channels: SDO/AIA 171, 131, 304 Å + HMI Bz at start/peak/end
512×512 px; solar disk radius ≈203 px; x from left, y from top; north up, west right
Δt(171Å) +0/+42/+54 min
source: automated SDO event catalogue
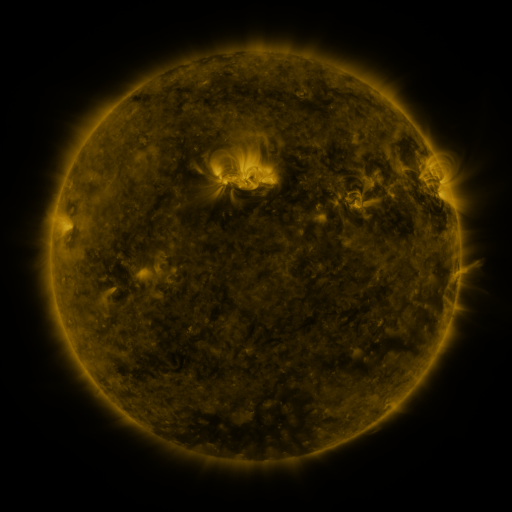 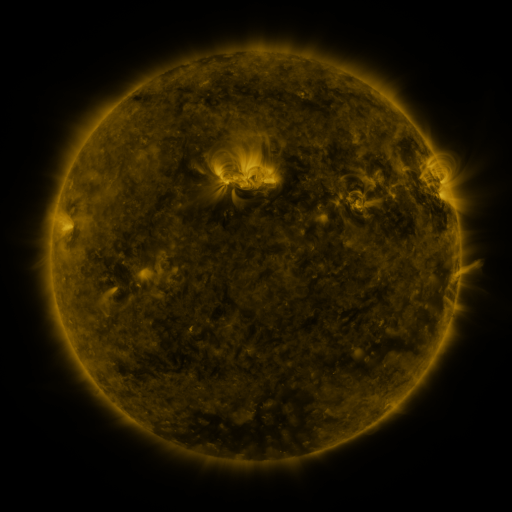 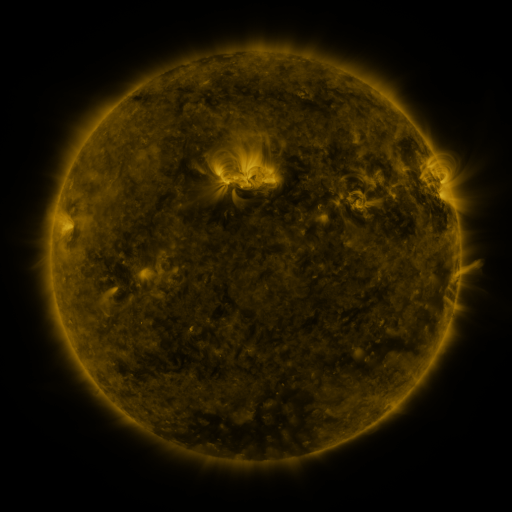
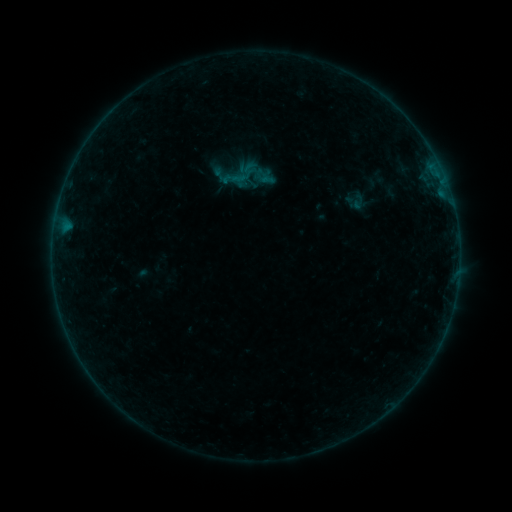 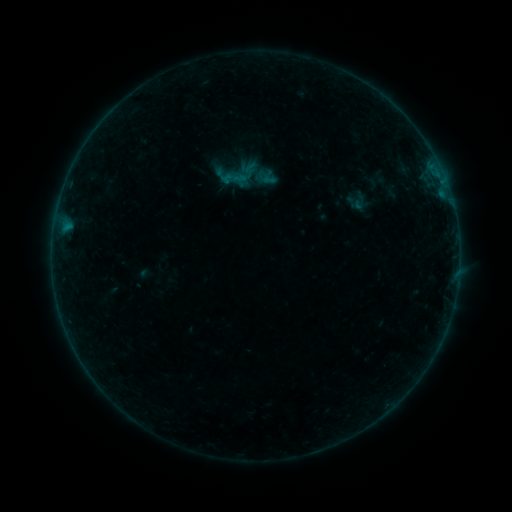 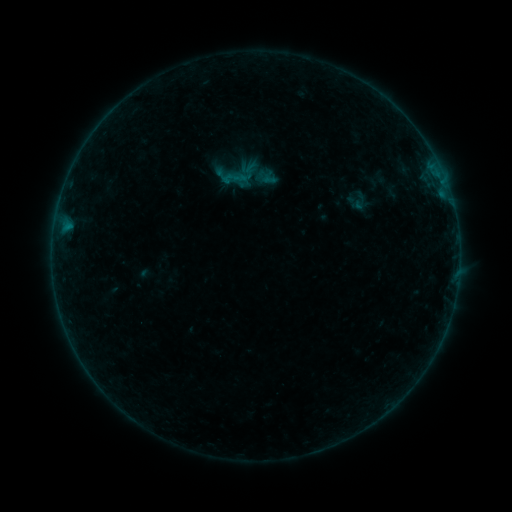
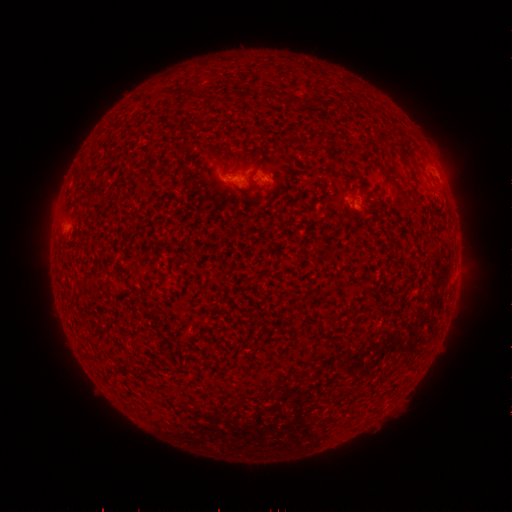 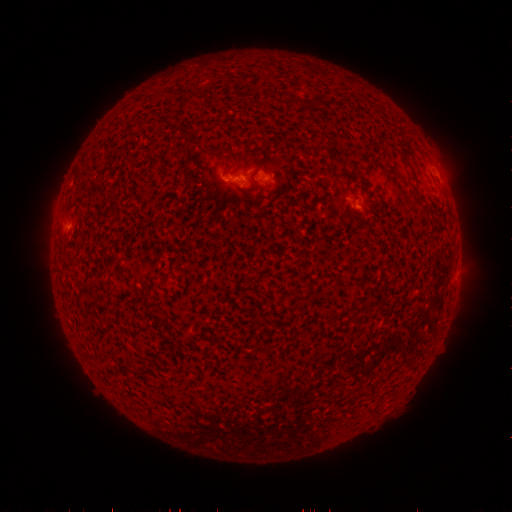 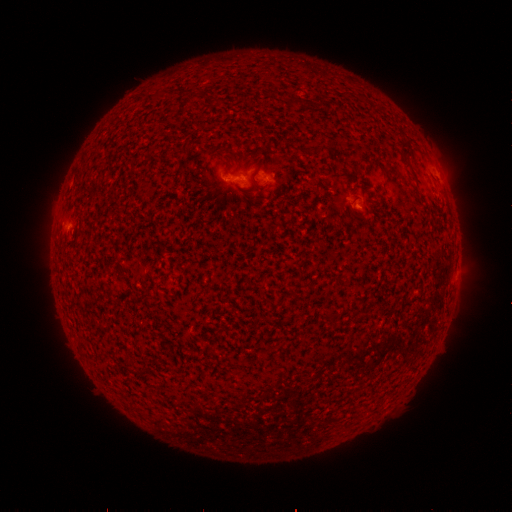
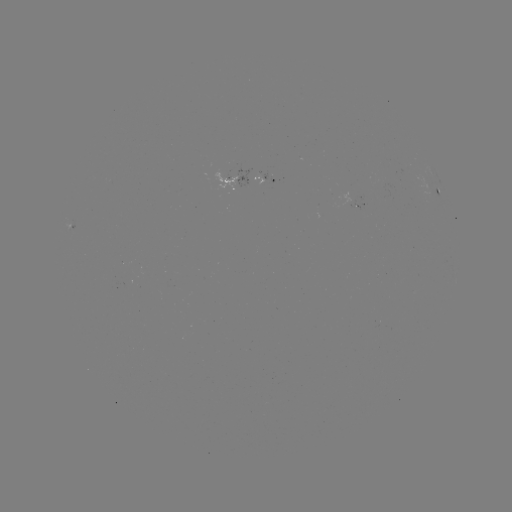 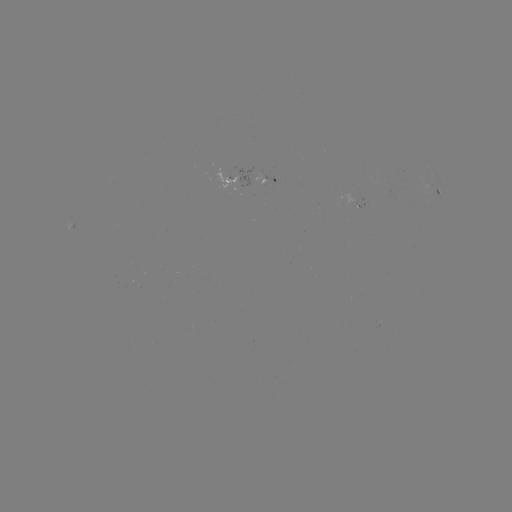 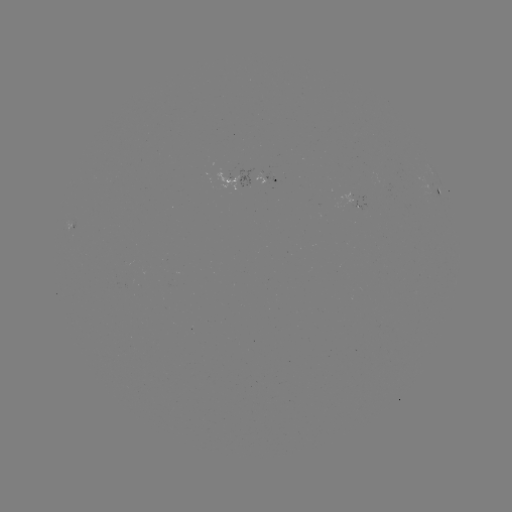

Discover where B1.7 flare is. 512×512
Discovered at [228, 179].